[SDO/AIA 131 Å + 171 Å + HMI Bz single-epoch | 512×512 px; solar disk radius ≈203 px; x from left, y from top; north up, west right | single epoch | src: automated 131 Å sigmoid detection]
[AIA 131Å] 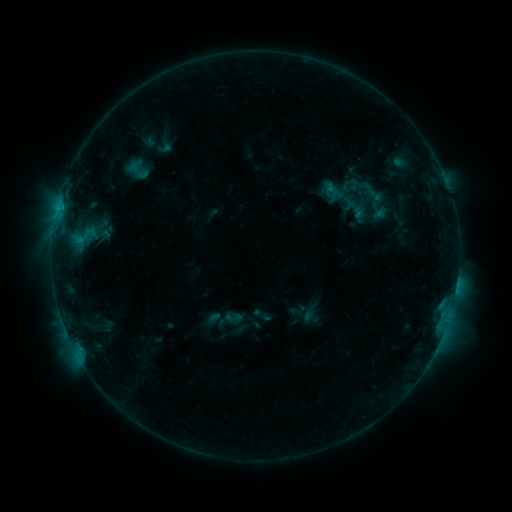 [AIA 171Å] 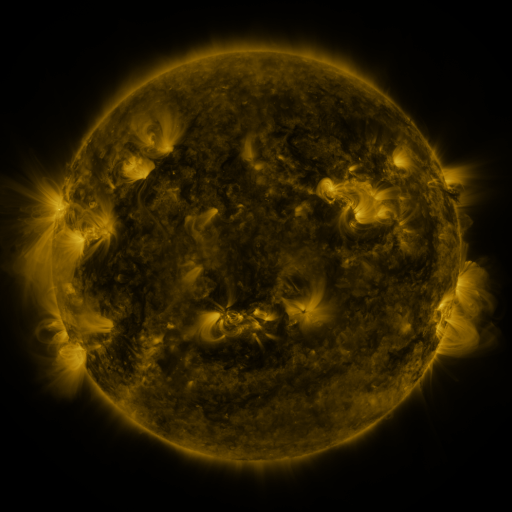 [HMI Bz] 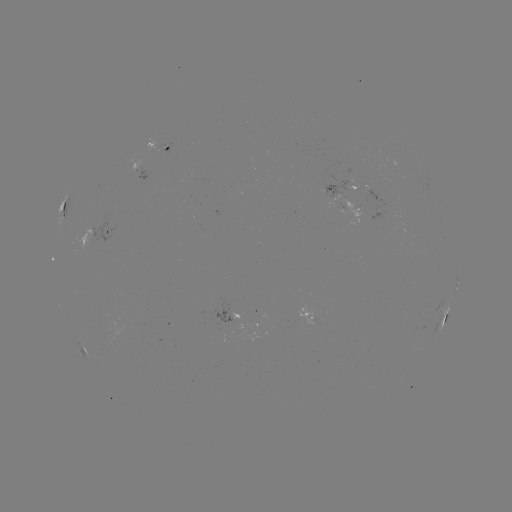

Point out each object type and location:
sigmoid: [320, 185, 341, 203]
